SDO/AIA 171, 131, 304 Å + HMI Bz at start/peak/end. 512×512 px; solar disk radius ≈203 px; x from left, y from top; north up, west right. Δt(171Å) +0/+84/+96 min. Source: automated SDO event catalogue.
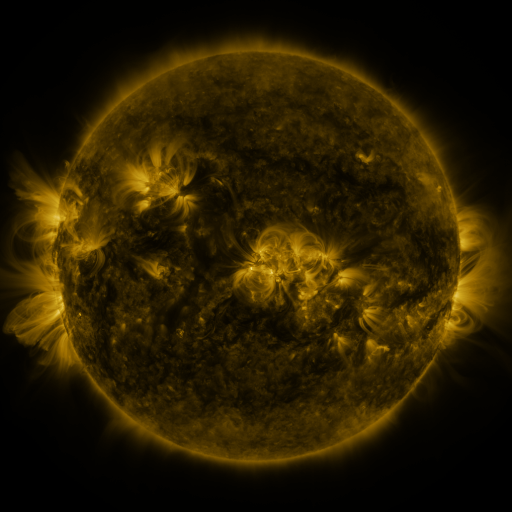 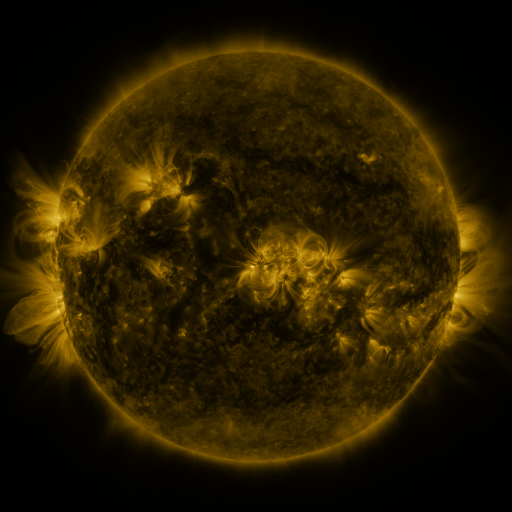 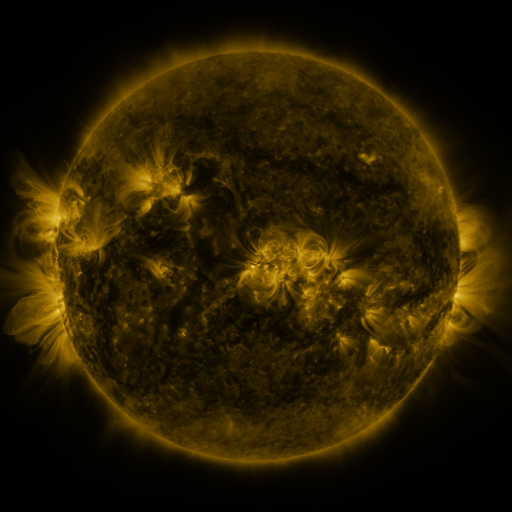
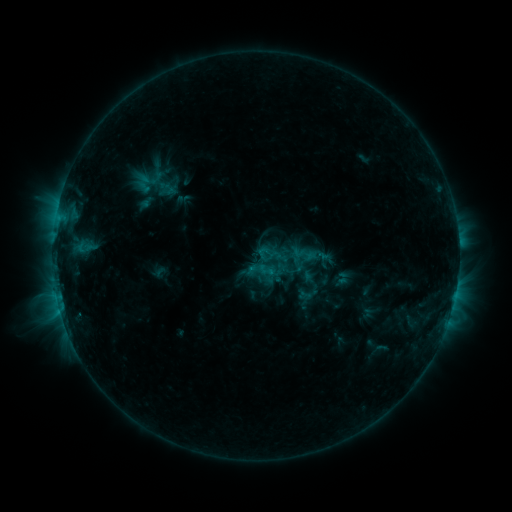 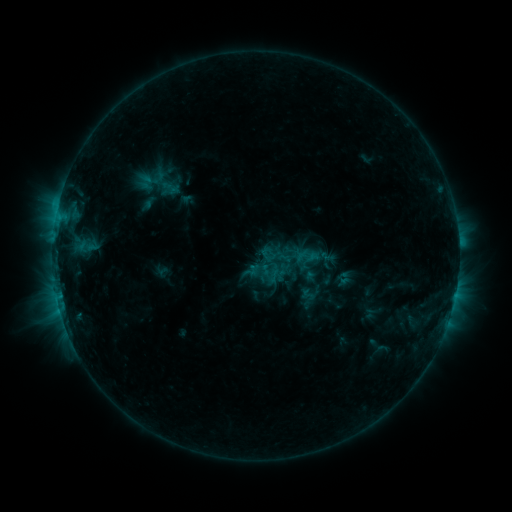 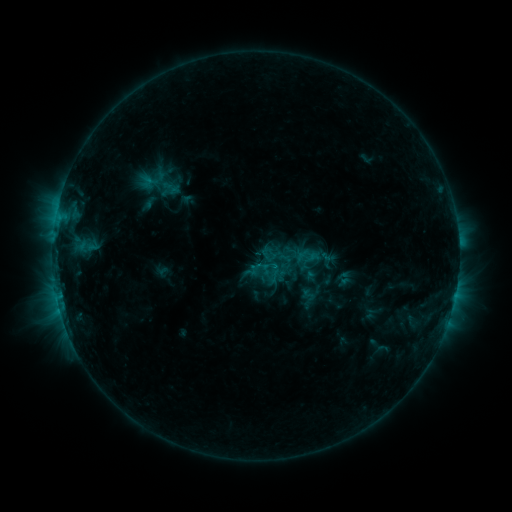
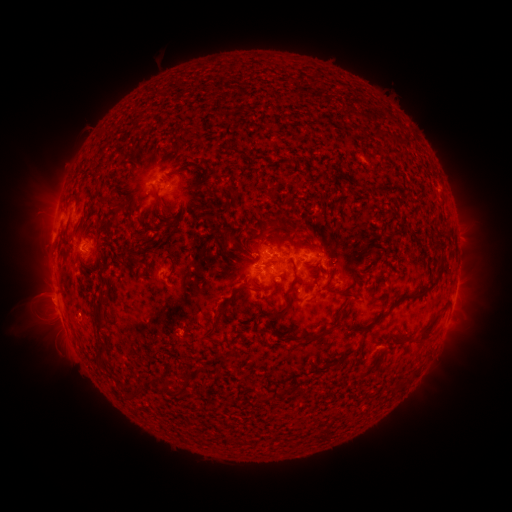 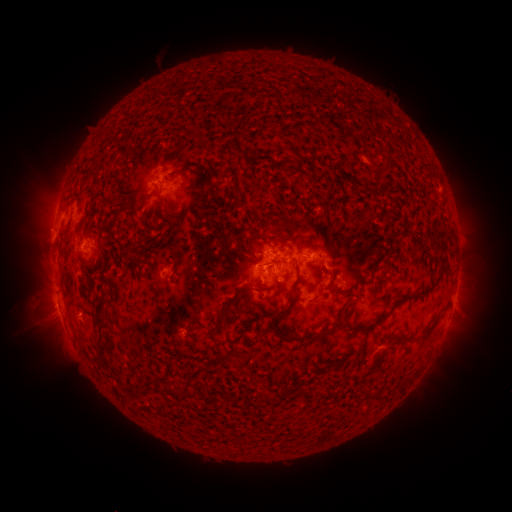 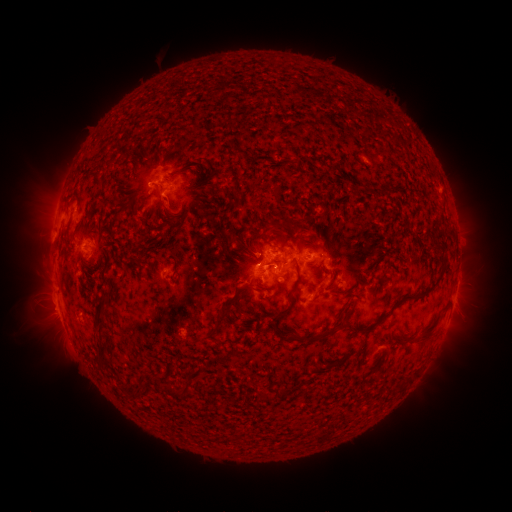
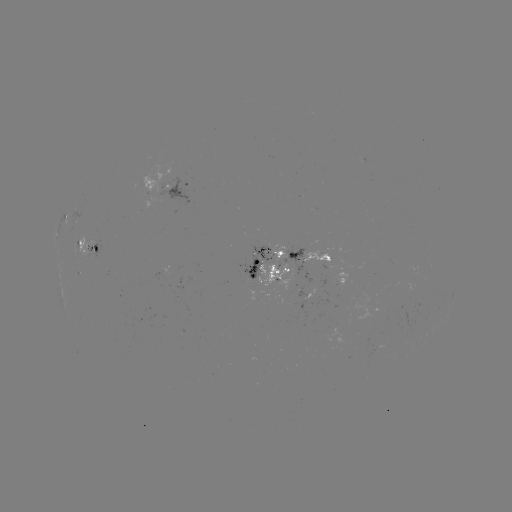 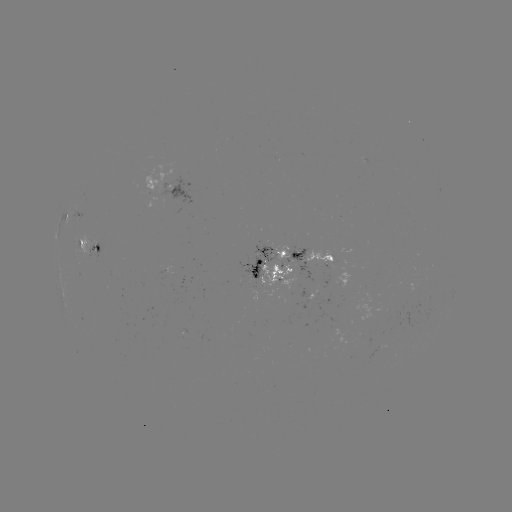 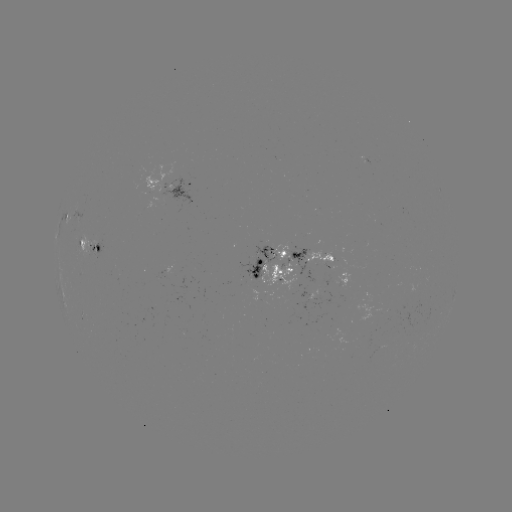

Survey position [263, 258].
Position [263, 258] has emerging-flux region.